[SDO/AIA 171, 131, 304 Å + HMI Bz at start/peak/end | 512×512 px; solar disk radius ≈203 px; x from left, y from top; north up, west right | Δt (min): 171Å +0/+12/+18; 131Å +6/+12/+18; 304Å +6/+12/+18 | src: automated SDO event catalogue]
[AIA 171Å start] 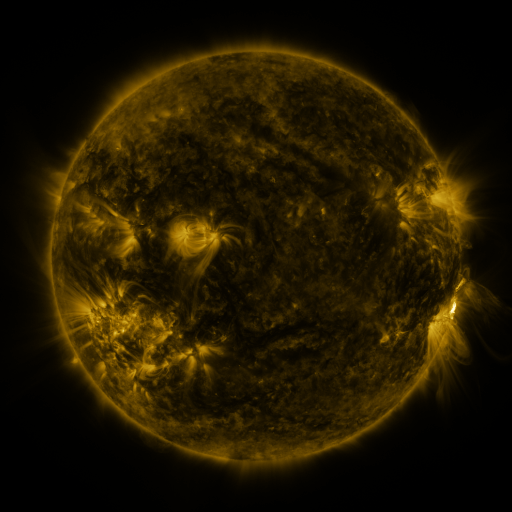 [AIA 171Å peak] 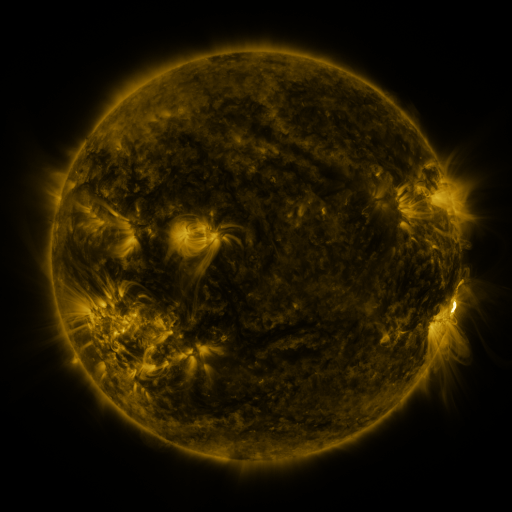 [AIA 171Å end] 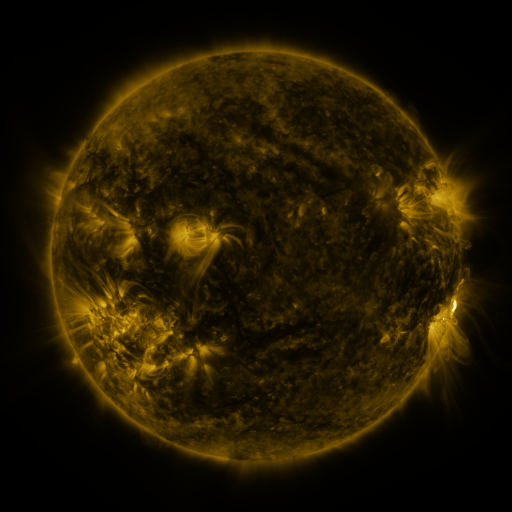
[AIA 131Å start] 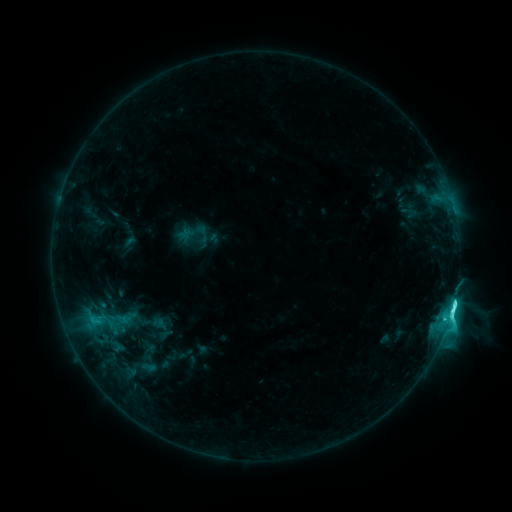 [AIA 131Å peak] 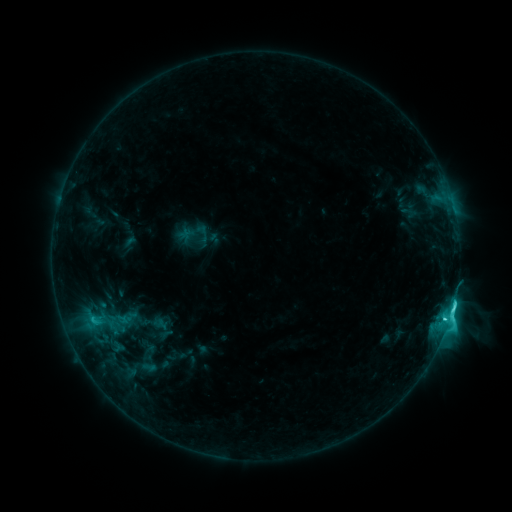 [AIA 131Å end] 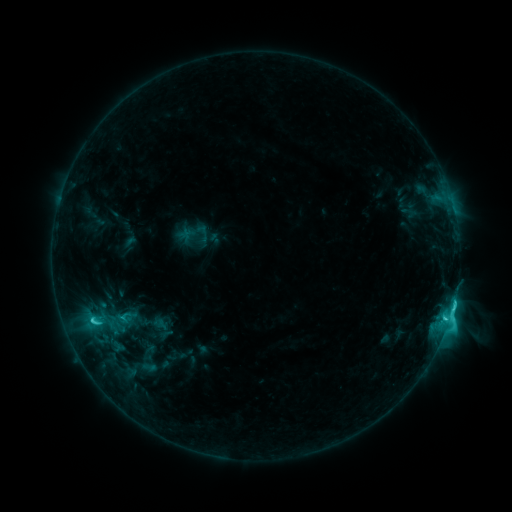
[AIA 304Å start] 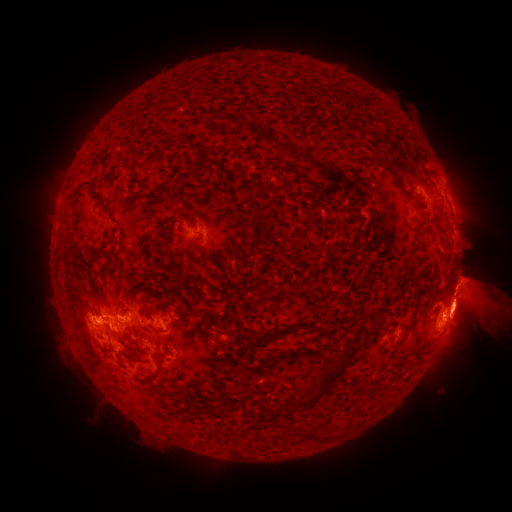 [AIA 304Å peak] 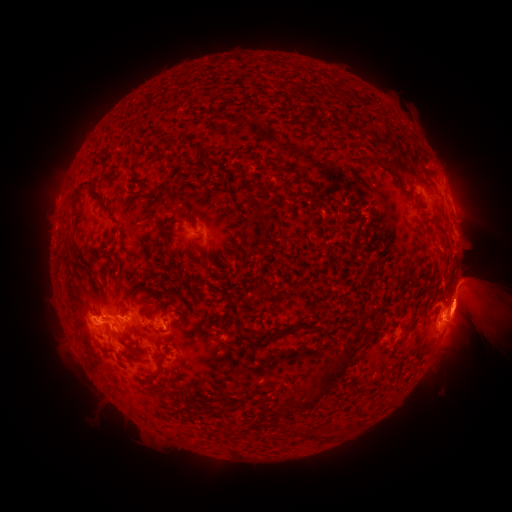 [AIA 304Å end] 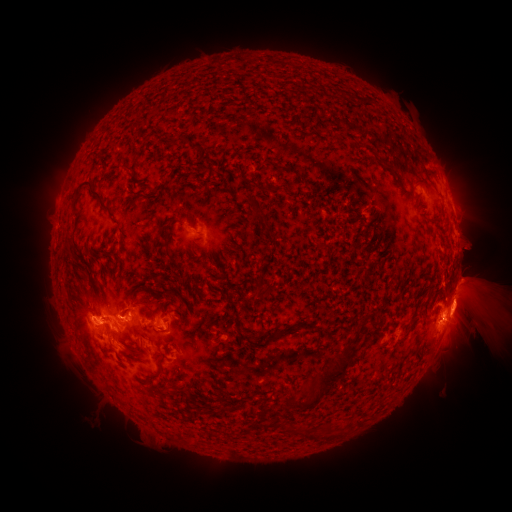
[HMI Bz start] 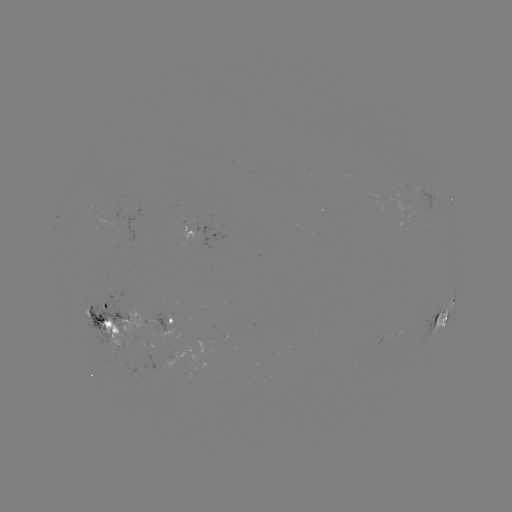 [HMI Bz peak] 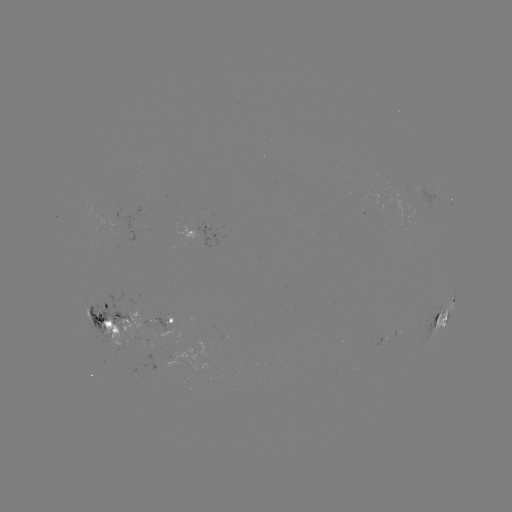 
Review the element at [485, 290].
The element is eruption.